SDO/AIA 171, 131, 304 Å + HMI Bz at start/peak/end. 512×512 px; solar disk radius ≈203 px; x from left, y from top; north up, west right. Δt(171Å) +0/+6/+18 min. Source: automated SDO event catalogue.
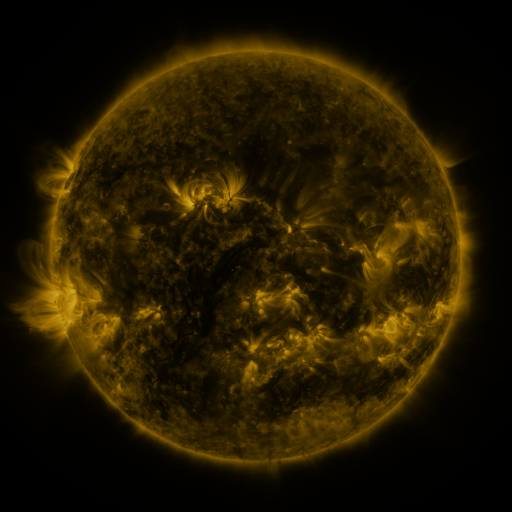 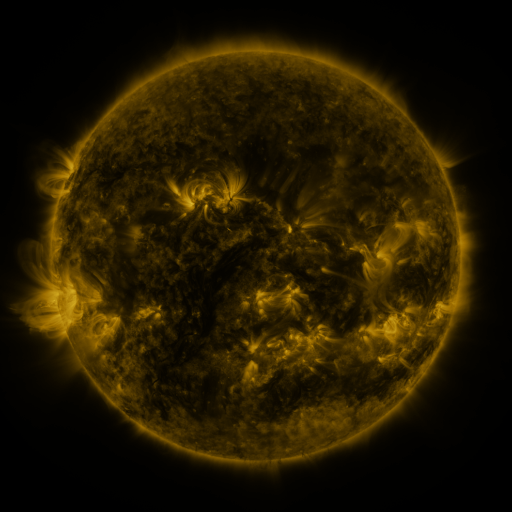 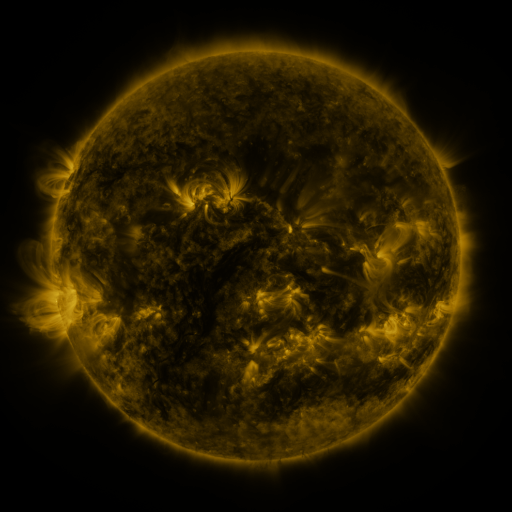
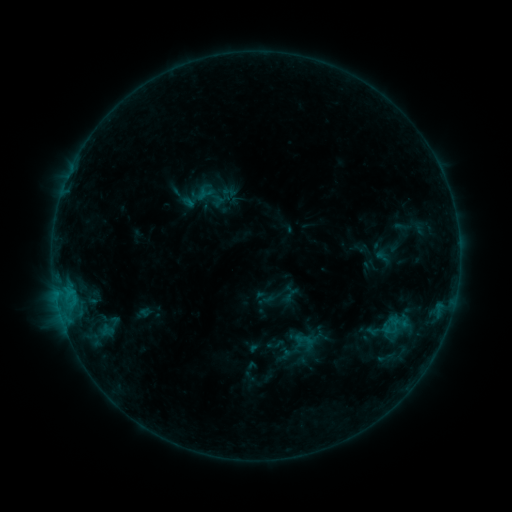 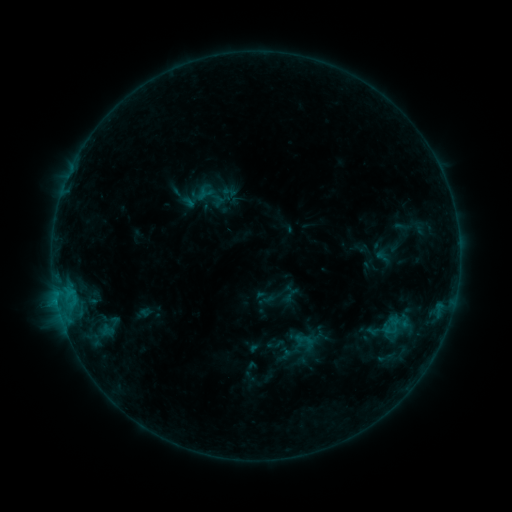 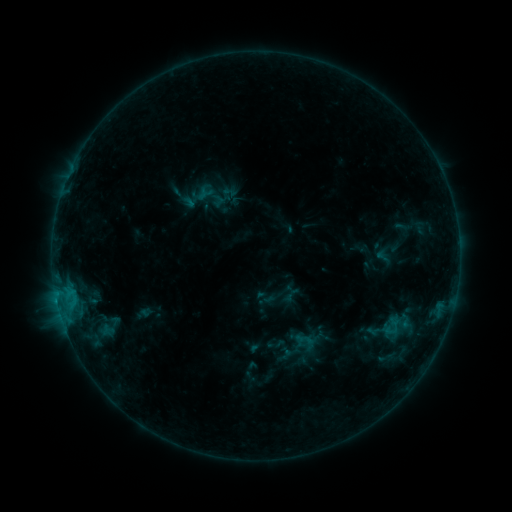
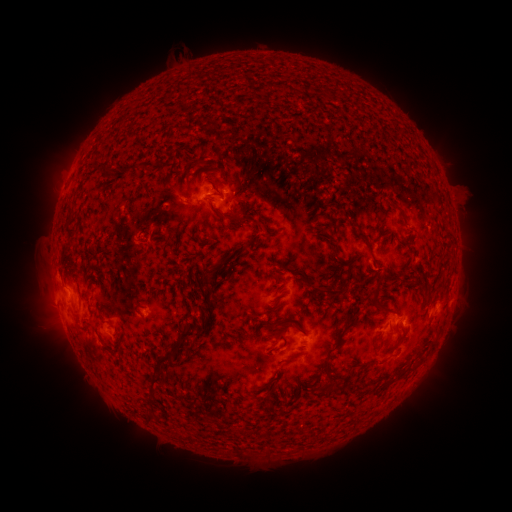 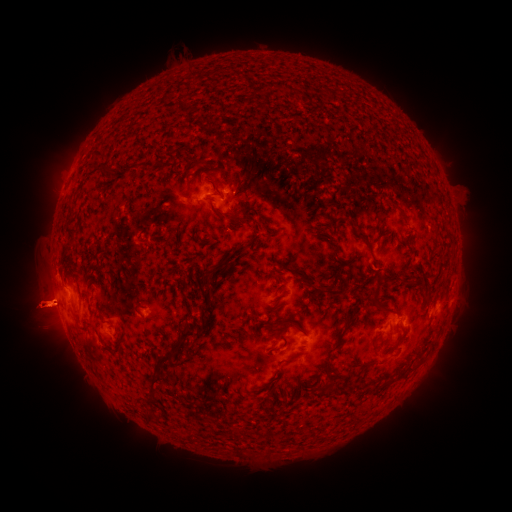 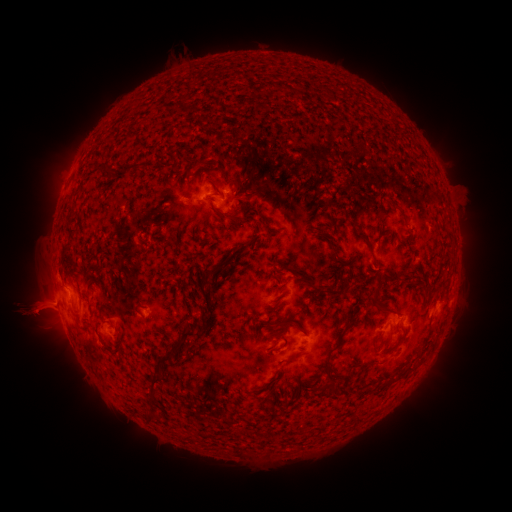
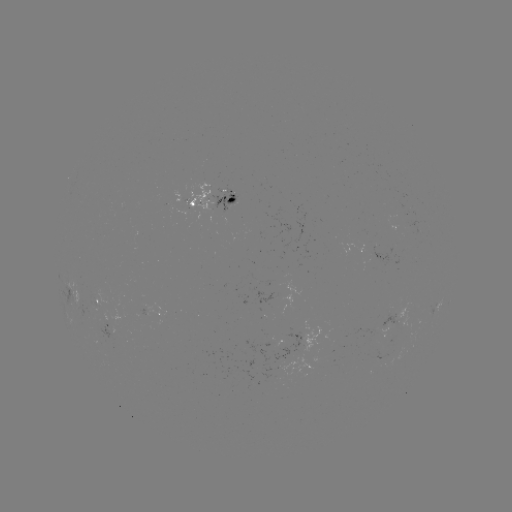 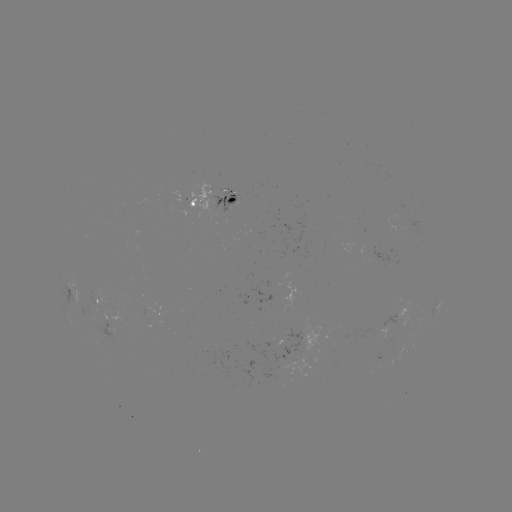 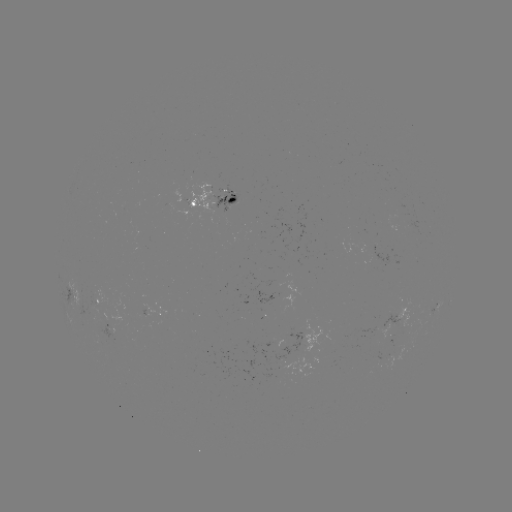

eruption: <bbox>0, 249, 82, 344</bbox>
